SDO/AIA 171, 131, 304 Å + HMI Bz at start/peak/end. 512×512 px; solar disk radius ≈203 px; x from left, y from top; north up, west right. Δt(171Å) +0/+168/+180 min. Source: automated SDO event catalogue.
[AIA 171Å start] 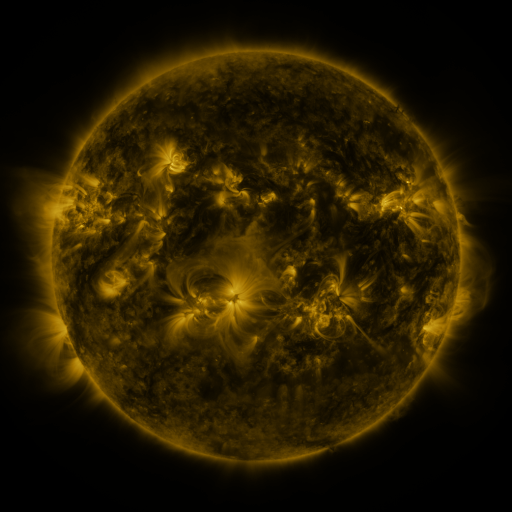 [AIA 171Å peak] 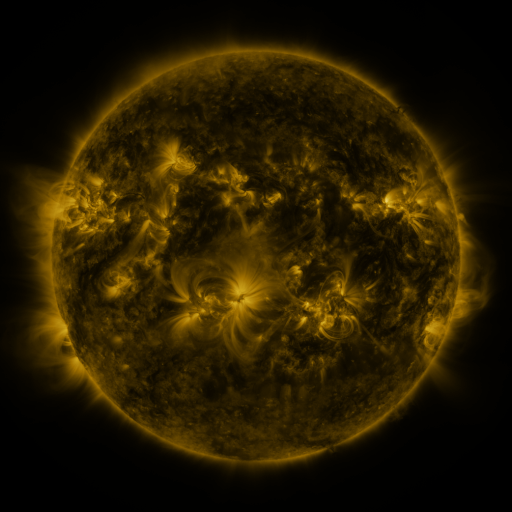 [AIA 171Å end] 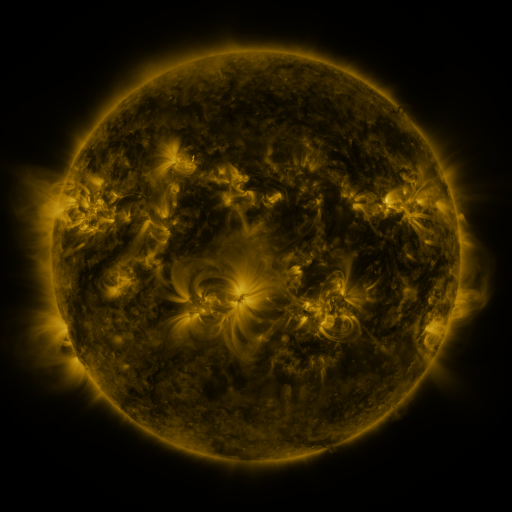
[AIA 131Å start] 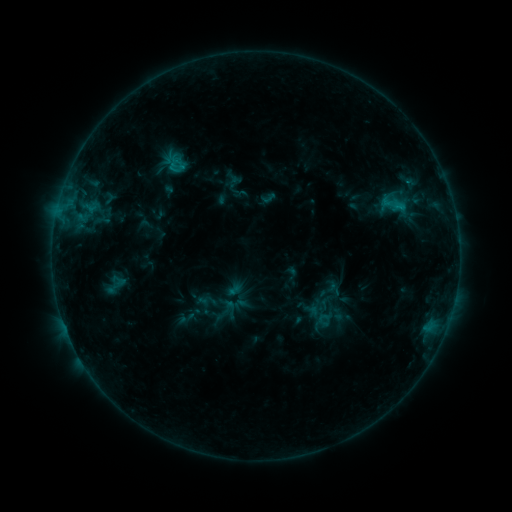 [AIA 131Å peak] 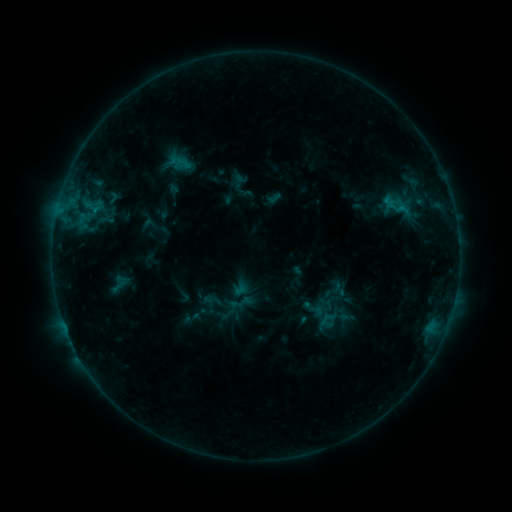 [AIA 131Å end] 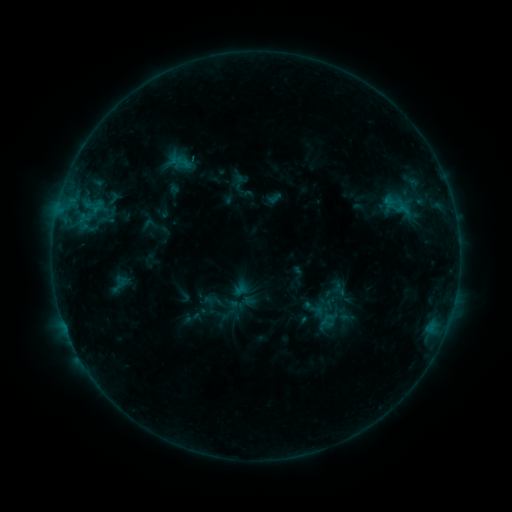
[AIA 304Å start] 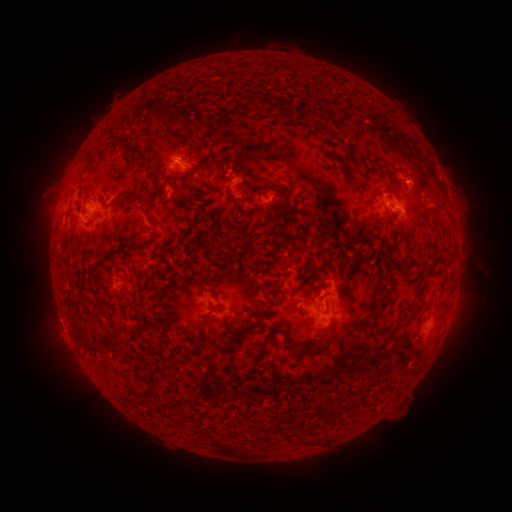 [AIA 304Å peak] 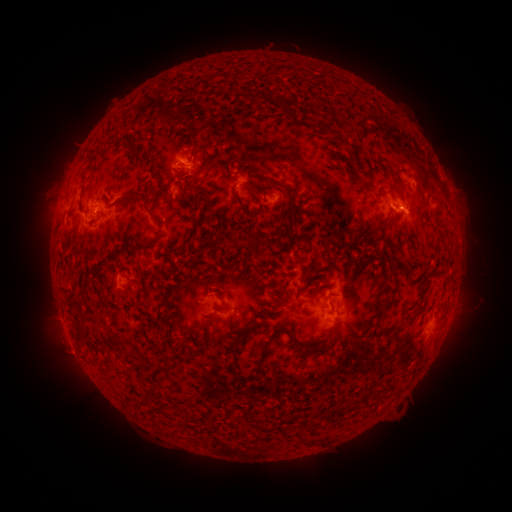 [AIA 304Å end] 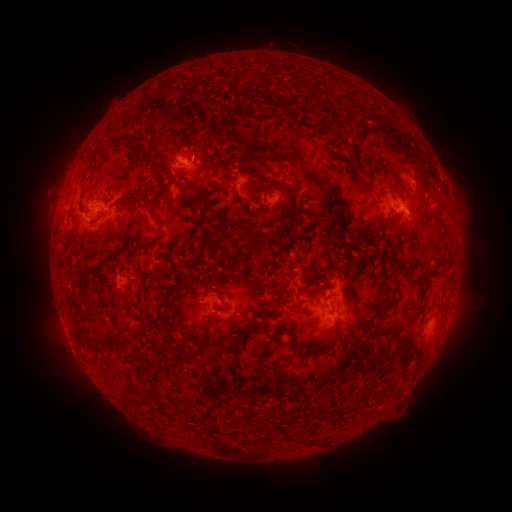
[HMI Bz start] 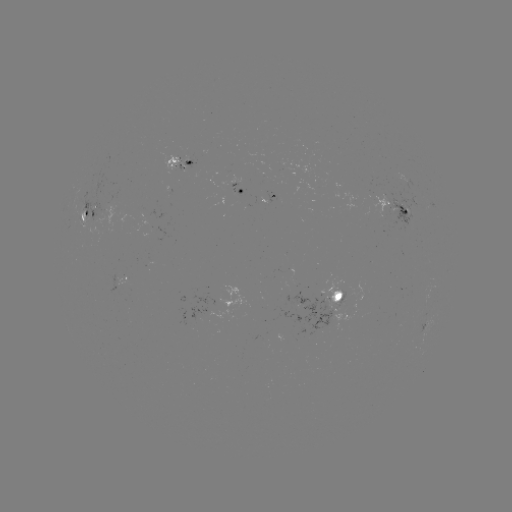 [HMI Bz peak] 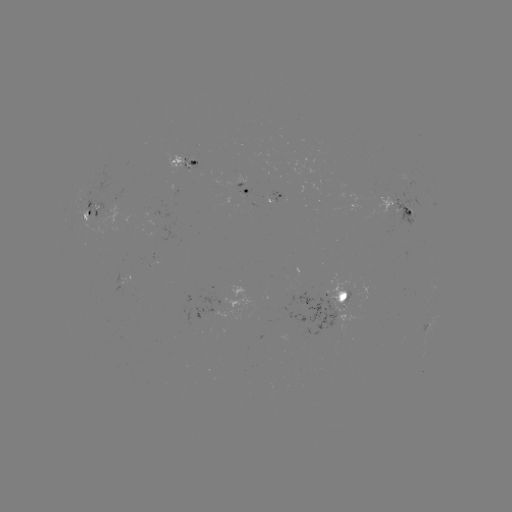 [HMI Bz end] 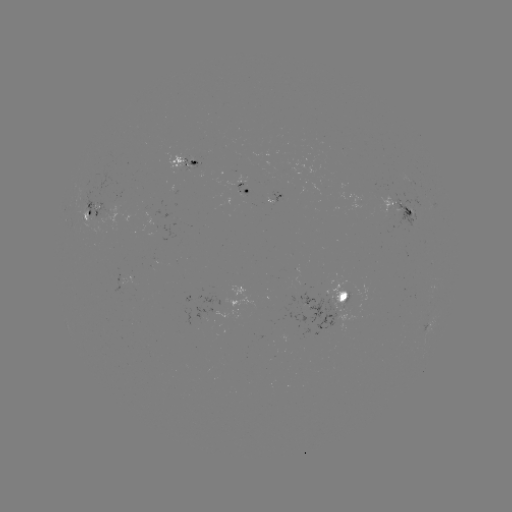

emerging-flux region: <bbox>182, 156, 193, 171</bbox>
